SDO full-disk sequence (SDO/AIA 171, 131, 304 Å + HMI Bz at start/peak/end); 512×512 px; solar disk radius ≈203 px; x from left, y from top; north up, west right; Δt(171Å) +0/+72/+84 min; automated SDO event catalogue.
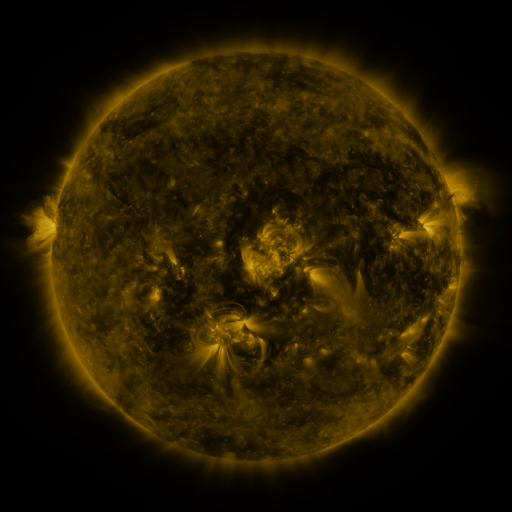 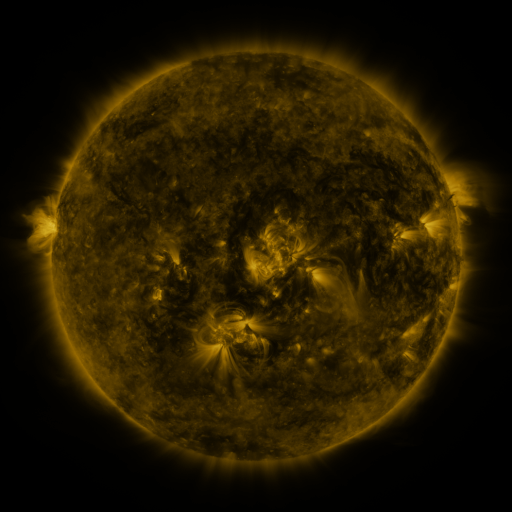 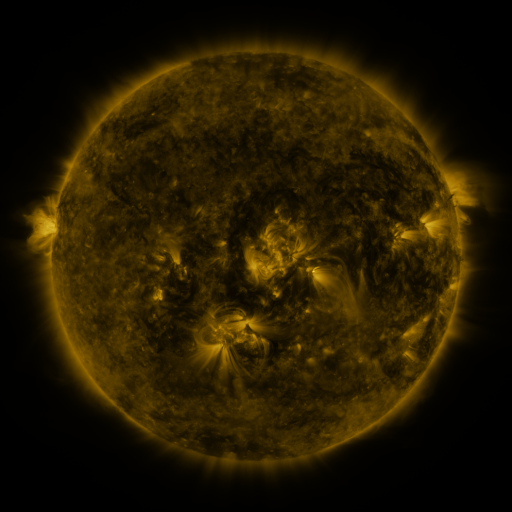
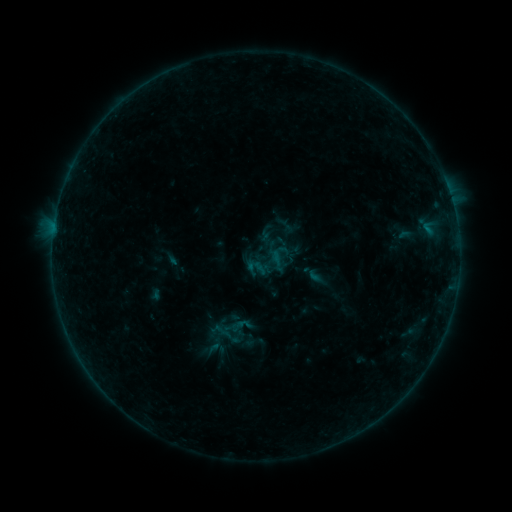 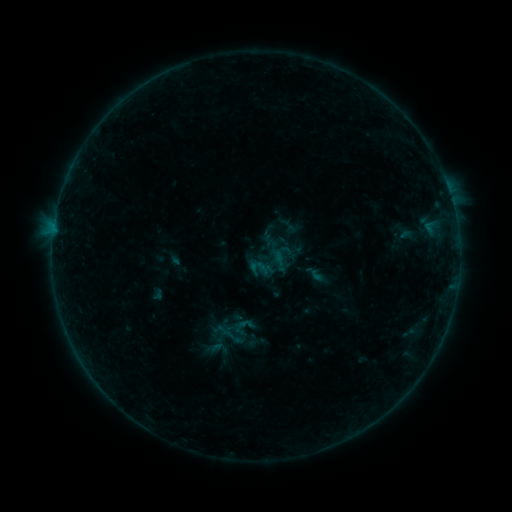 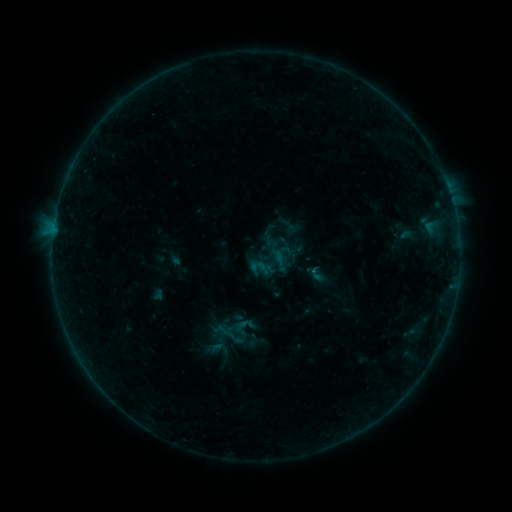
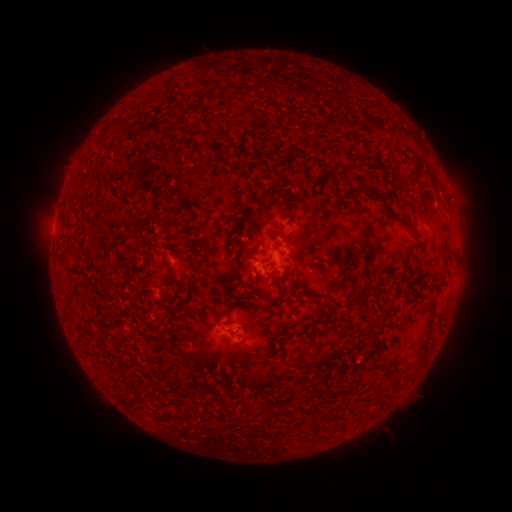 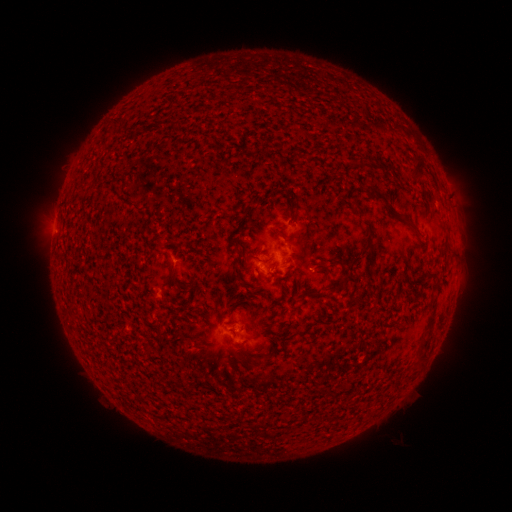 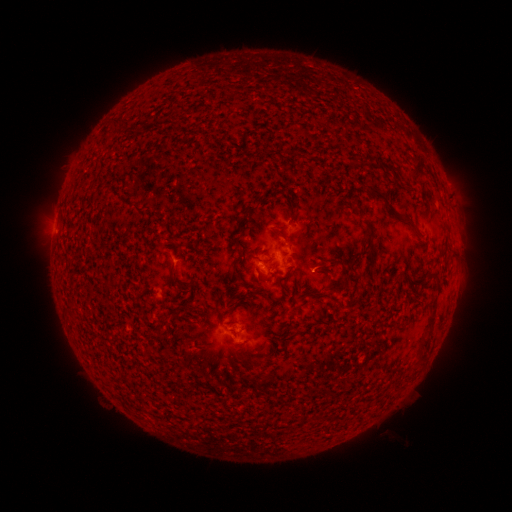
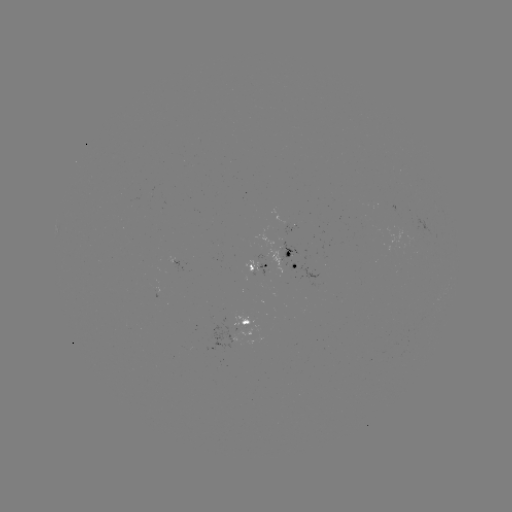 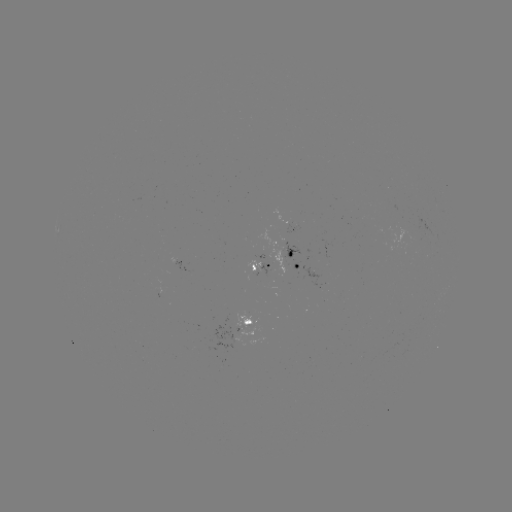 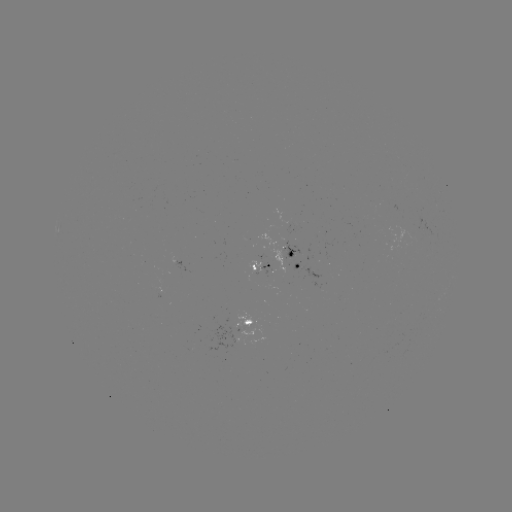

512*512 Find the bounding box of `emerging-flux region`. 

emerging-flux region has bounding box [205, 324, 237, 351].